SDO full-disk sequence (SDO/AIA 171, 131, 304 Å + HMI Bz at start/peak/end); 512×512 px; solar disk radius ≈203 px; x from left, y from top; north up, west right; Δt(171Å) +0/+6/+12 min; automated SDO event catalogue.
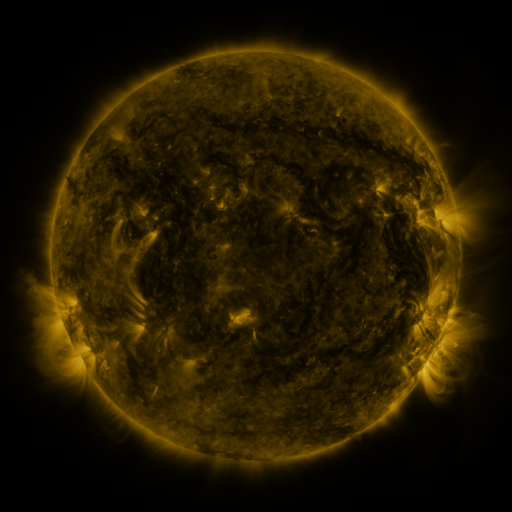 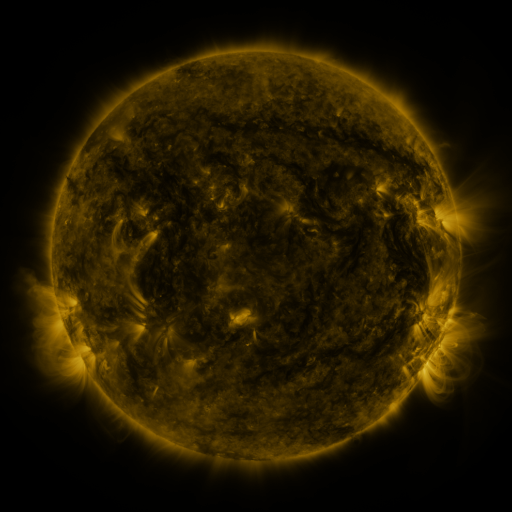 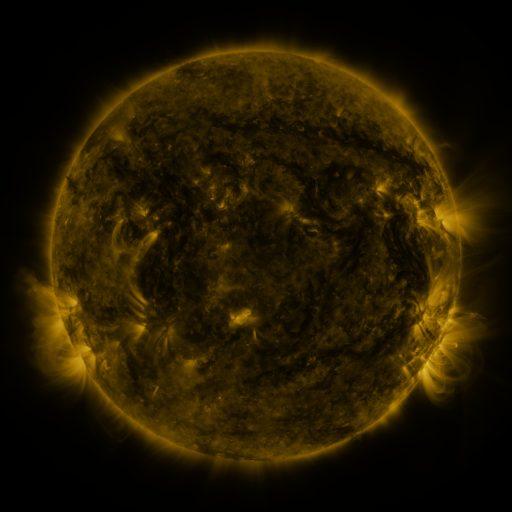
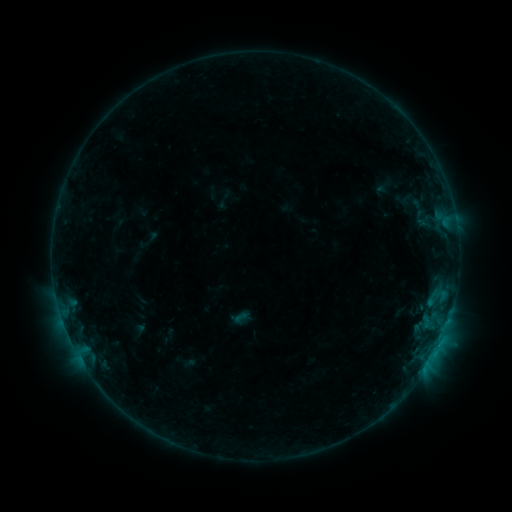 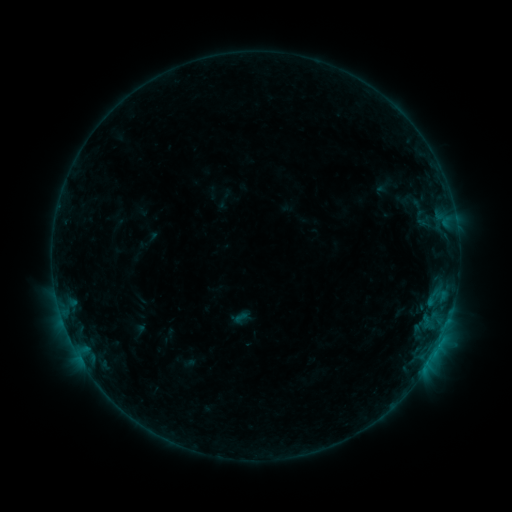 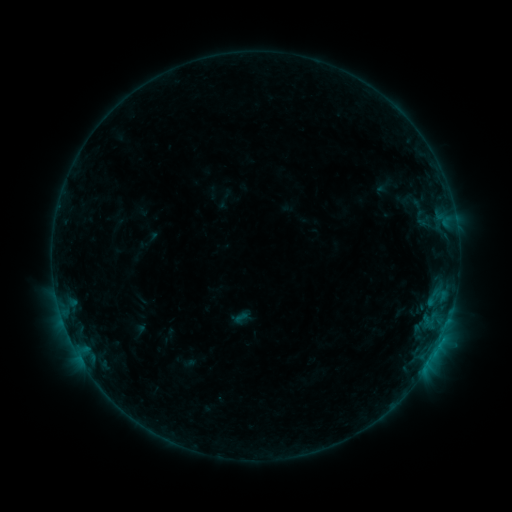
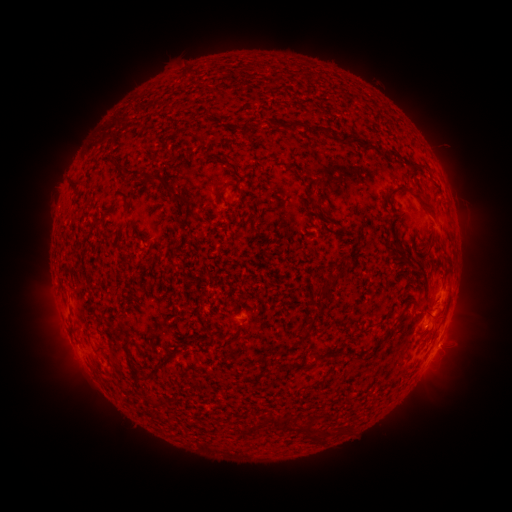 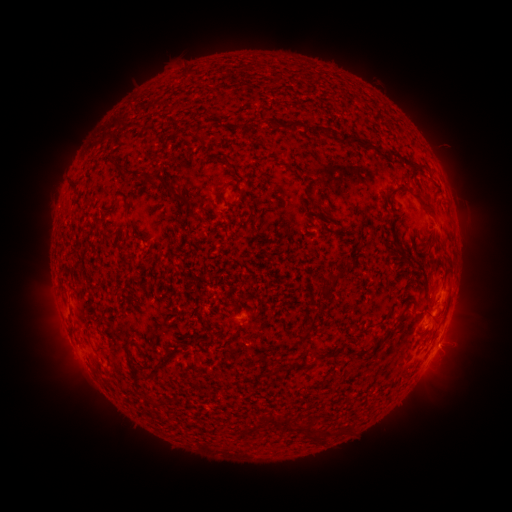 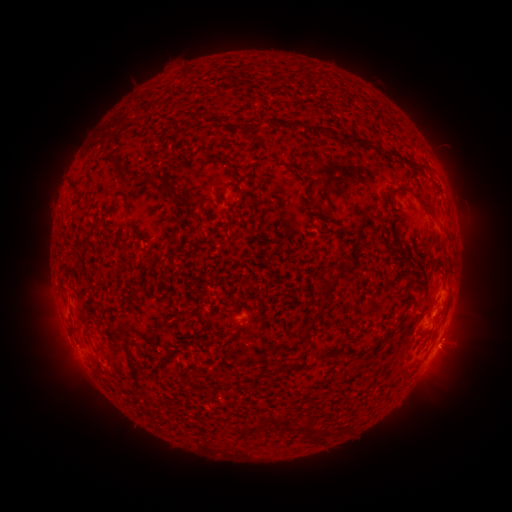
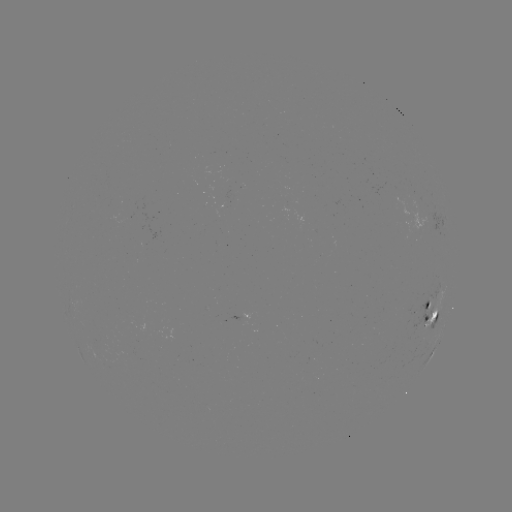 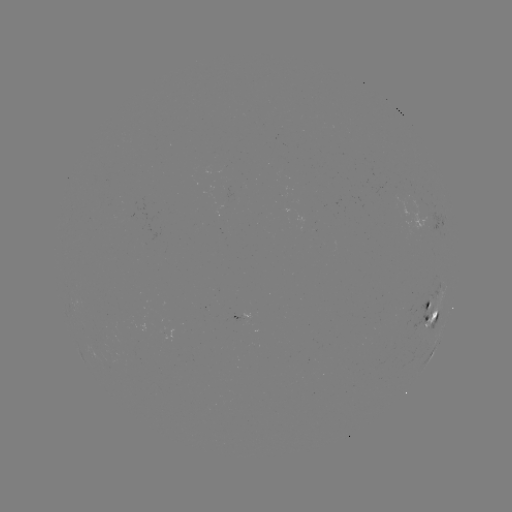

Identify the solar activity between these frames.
nothing was catalogued: no classed flare, no EUV trigger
